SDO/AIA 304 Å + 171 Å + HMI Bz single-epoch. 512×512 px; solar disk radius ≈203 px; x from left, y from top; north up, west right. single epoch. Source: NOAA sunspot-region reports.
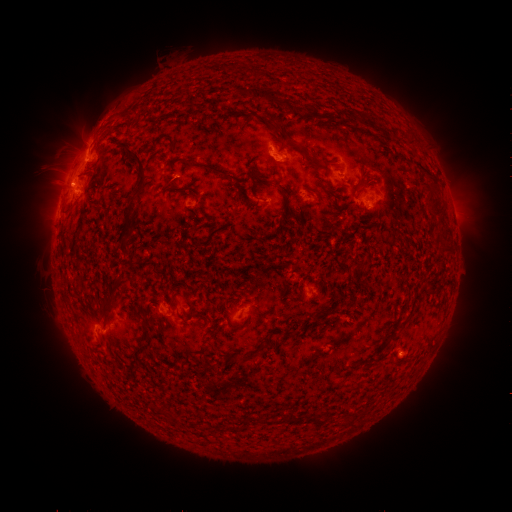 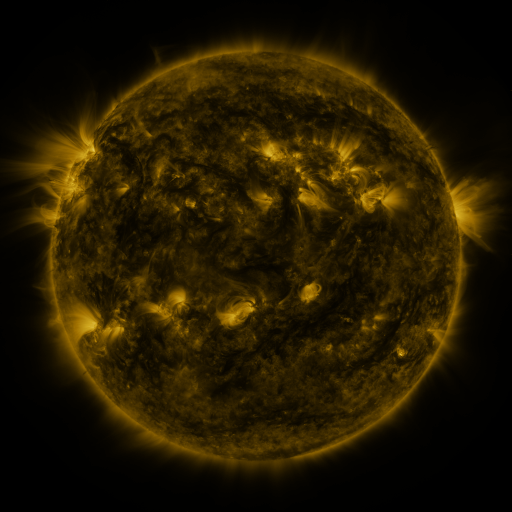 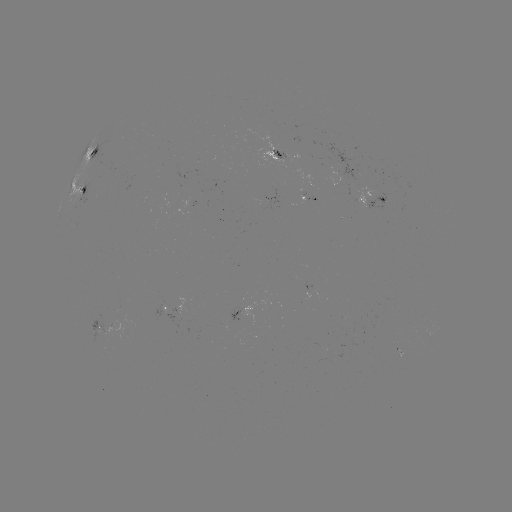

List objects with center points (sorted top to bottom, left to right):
spotted active region: (278, 155)
spotted active region: (92, 157)
spotted active region: (354, 173)
spotted active region: (87, 188)
spotted active region: (373, 200)
spotted active region: (314, 286)
spotted active region: (162, 308)
spotted active region: (249, 310)
spotted active region: (104, 326)
